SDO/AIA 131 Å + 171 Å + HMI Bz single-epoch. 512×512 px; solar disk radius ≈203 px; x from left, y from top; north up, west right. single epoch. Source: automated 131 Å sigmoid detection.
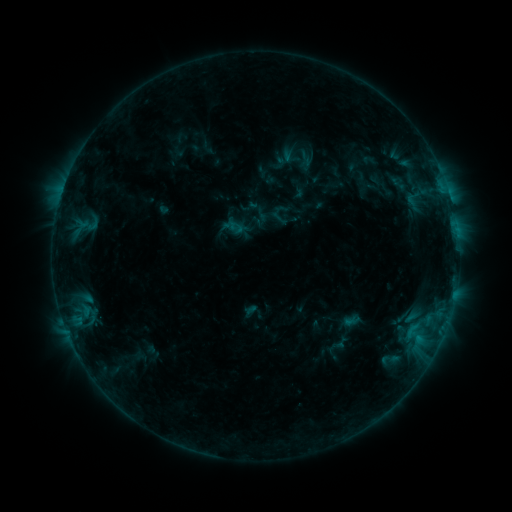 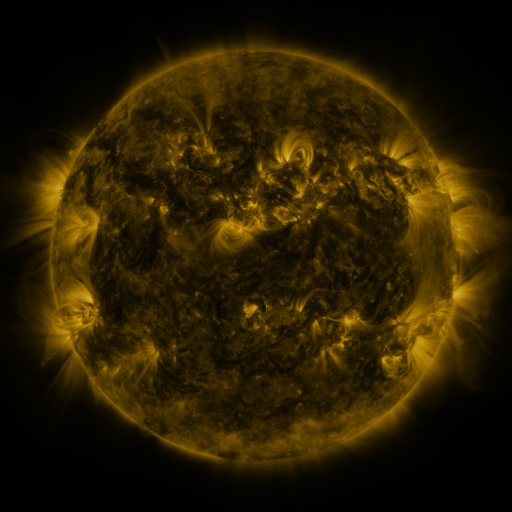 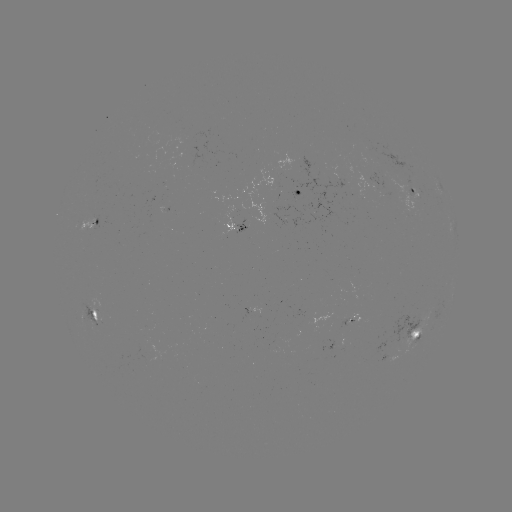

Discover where sigmoid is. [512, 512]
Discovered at (291, 156).